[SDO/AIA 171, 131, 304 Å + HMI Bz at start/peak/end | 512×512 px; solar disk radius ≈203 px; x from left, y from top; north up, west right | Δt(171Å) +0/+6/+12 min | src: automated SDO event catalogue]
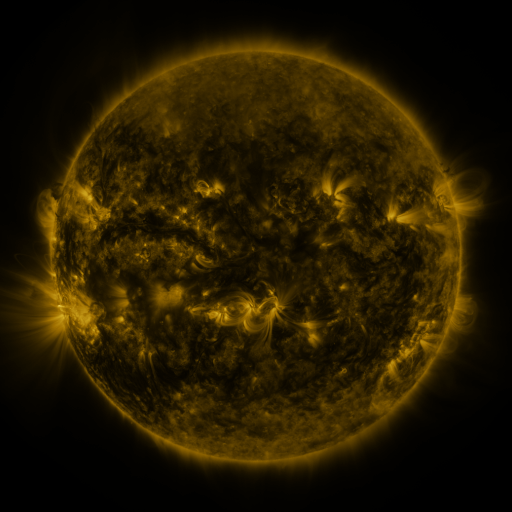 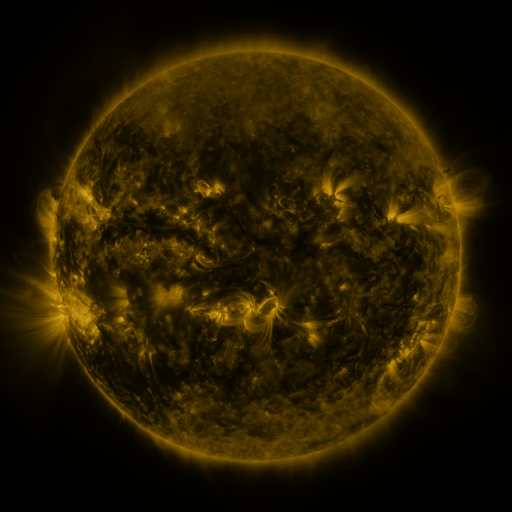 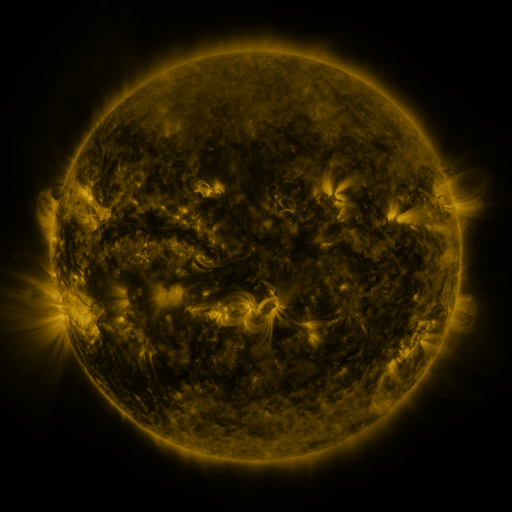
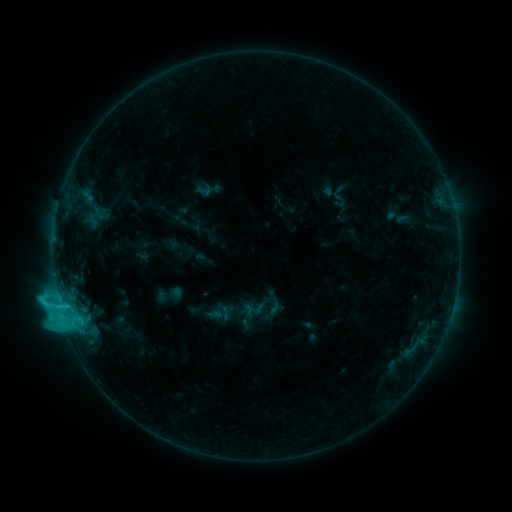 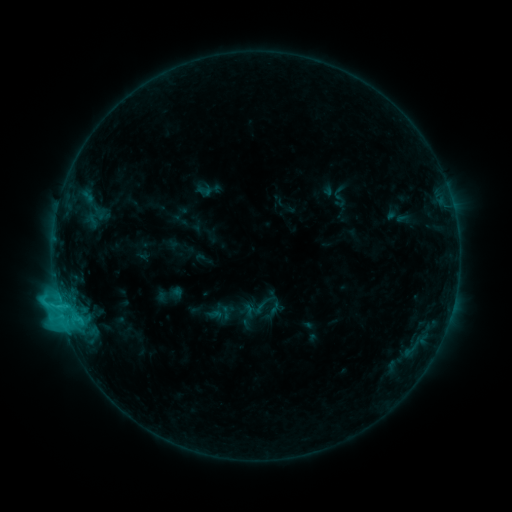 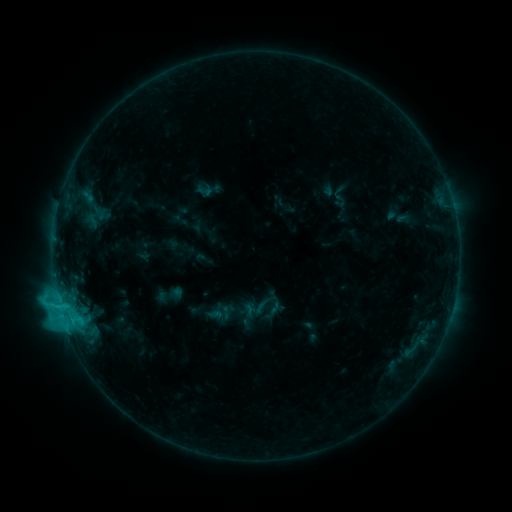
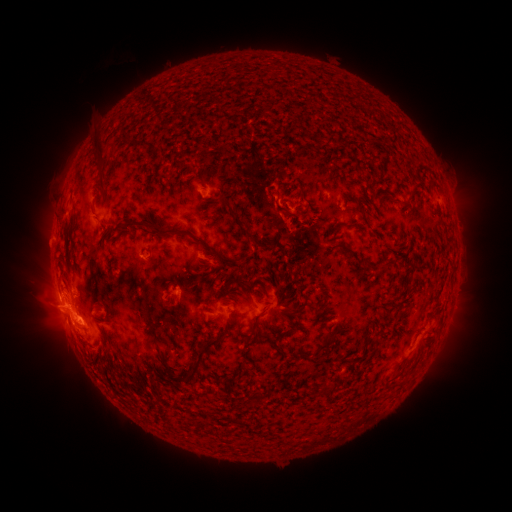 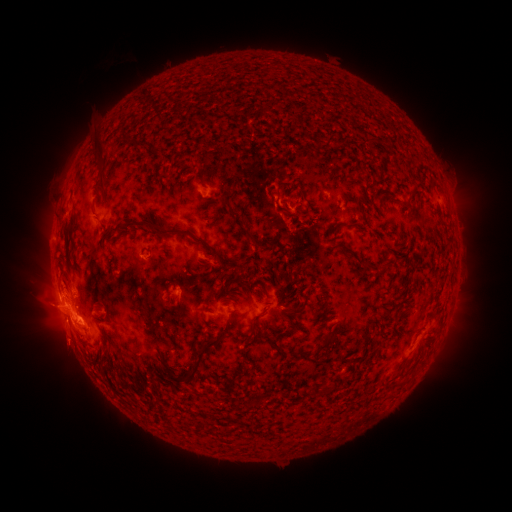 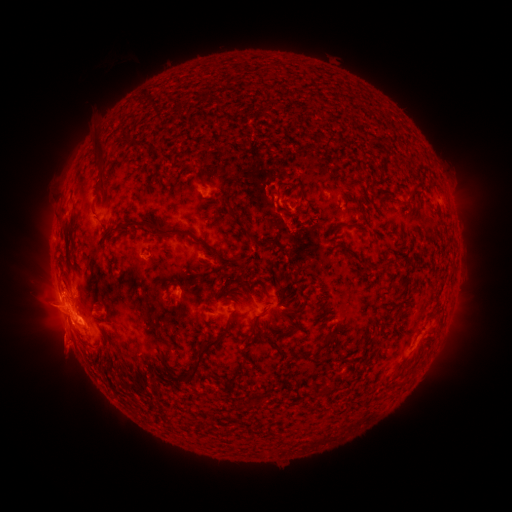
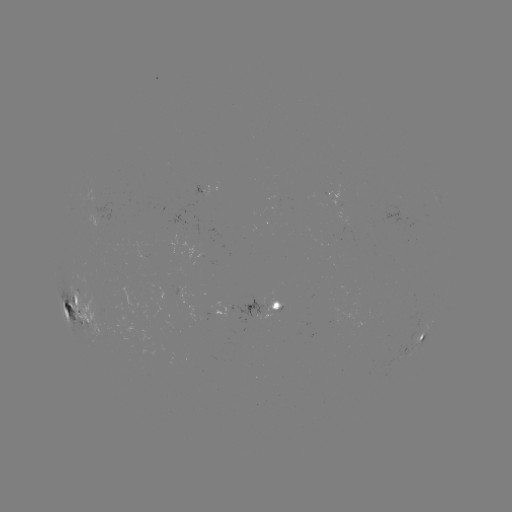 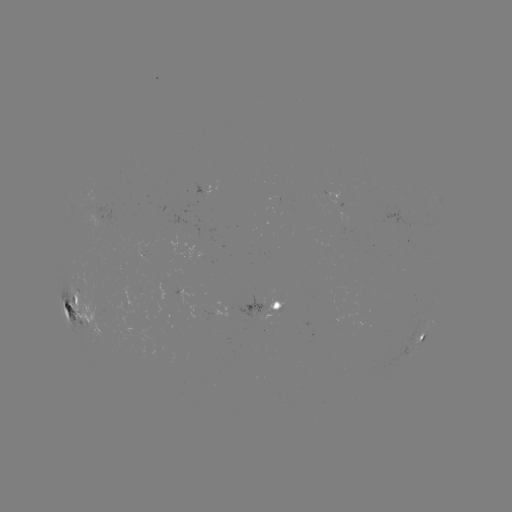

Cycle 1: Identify eruption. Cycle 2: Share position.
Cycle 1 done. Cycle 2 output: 61,347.